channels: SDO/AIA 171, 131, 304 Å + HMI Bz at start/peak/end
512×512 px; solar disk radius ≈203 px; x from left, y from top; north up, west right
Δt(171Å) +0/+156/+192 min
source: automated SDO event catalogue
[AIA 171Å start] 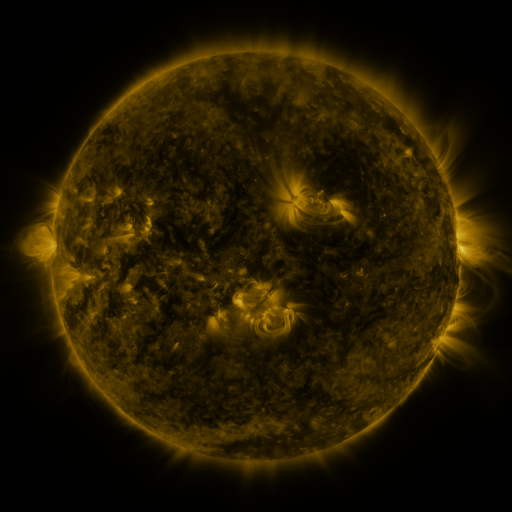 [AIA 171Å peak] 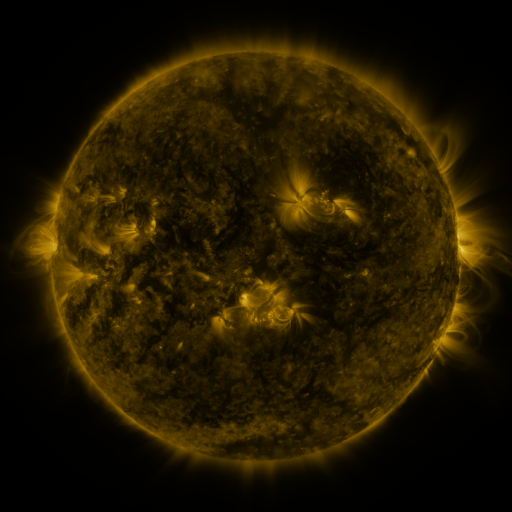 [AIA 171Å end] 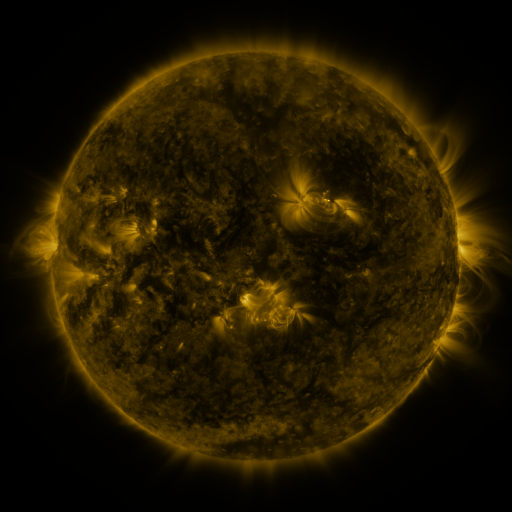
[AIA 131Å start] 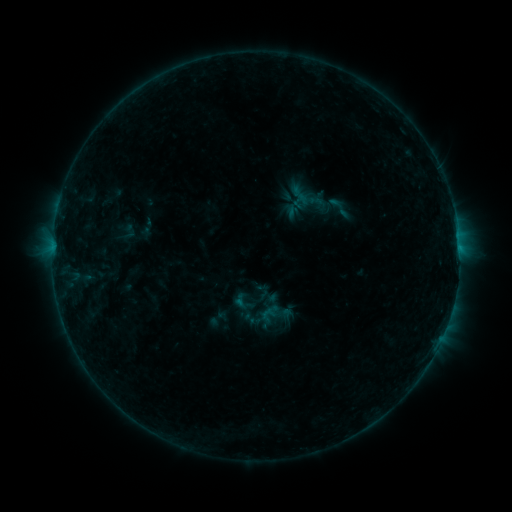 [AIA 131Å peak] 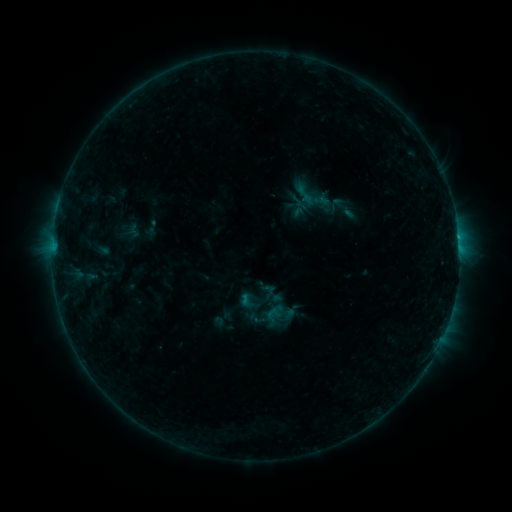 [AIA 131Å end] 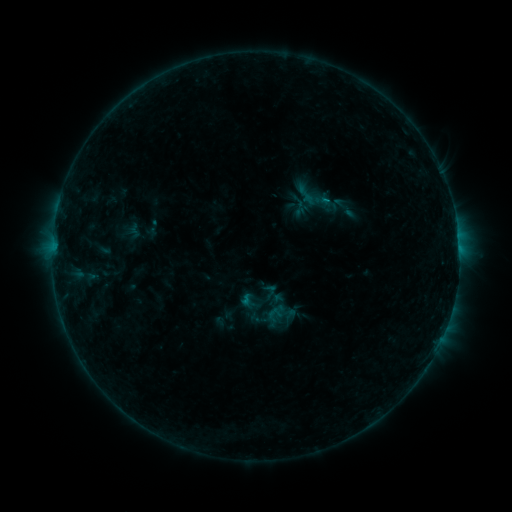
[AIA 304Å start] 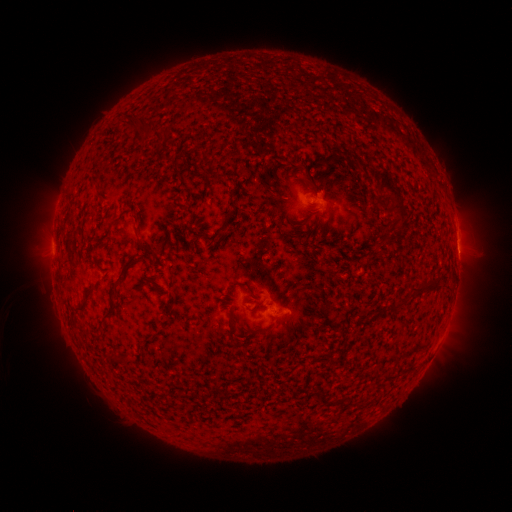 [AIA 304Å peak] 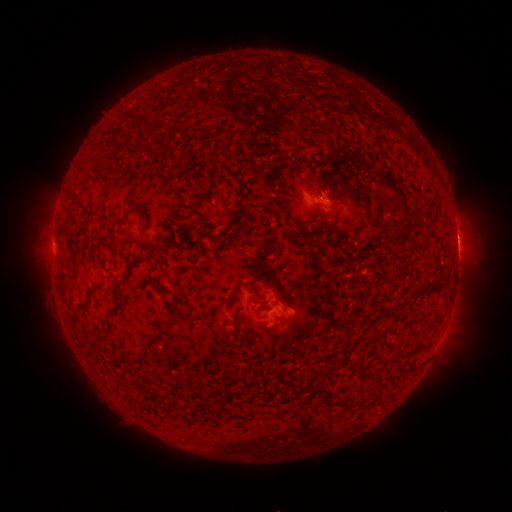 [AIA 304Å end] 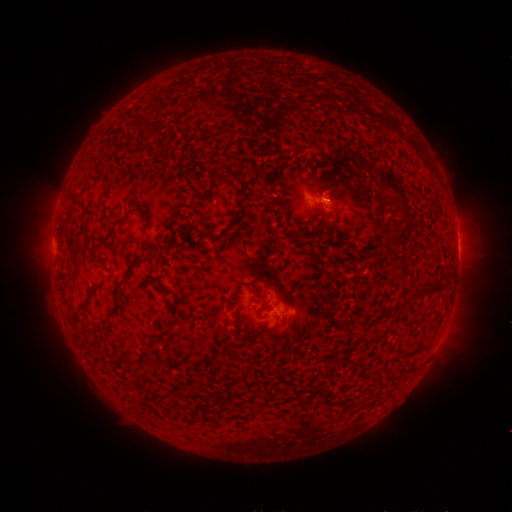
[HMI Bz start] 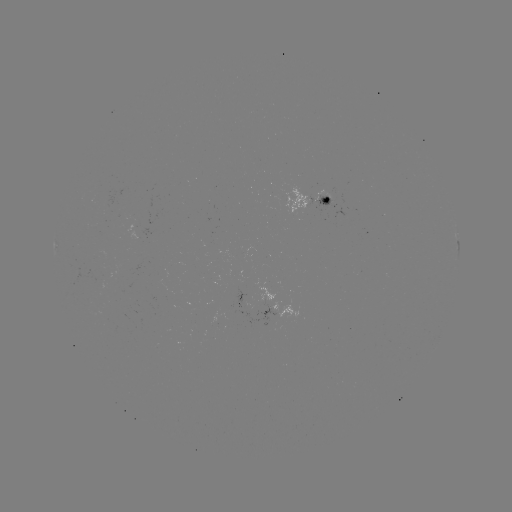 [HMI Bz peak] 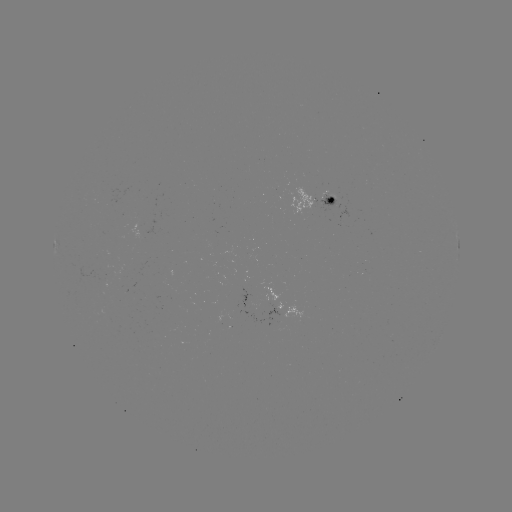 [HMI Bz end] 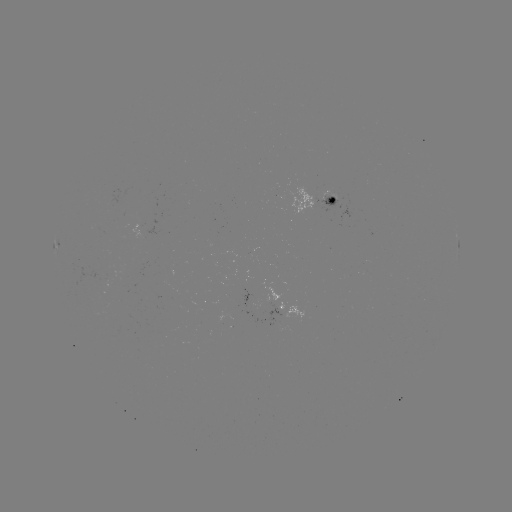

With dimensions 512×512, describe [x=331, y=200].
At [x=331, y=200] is emerging-flux region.